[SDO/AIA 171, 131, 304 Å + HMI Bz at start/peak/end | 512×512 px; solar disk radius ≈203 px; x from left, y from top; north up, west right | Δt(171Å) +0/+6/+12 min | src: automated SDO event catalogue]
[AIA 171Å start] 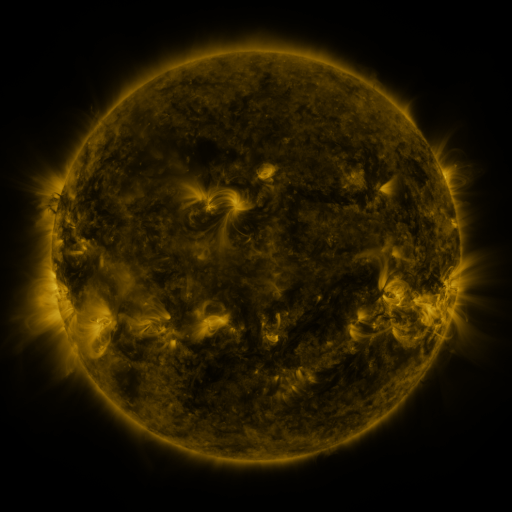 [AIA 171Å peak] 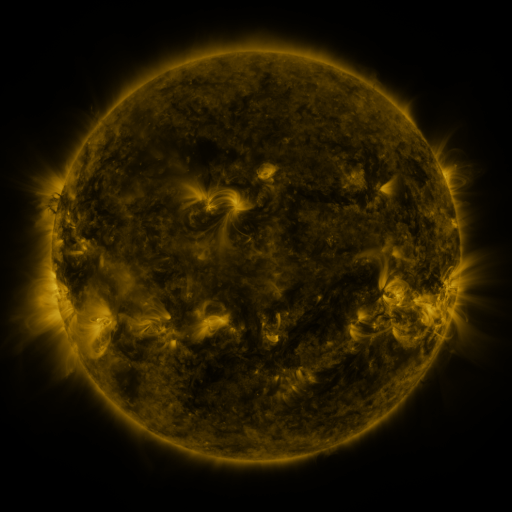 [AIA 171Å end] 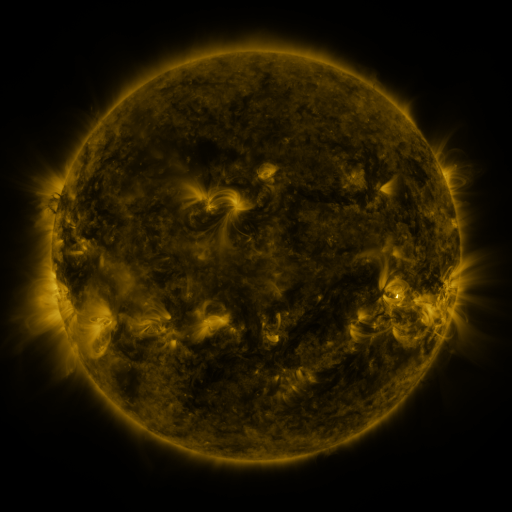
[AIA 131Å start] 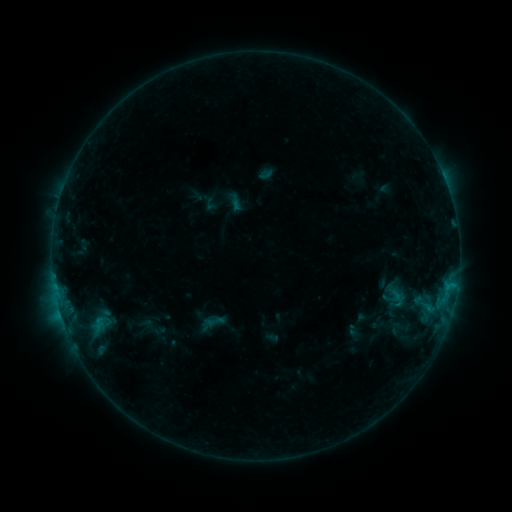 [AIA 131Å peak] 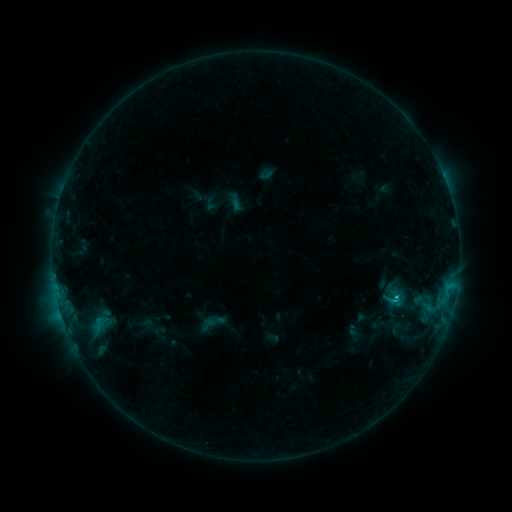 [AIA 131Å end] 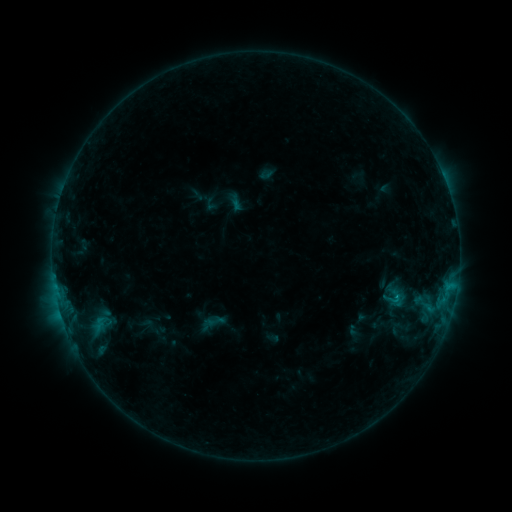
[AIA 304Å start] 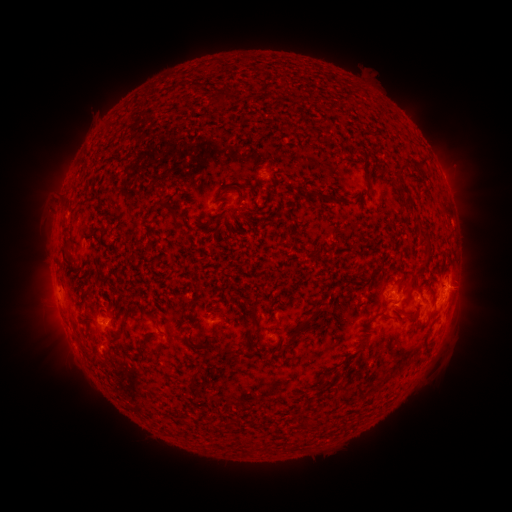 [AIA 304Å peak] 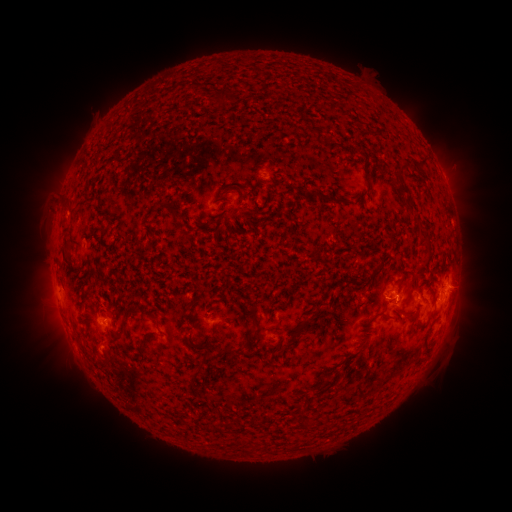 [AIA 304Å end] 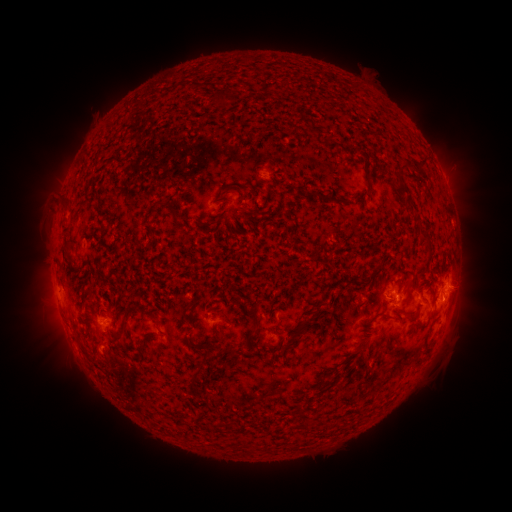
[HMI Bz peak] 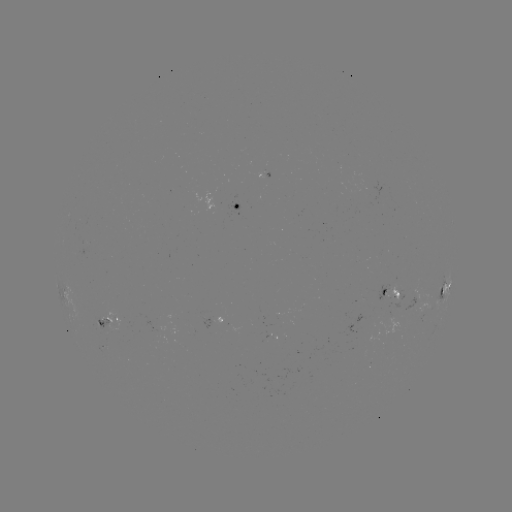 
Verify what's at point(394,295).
C1.0 flare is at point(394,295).